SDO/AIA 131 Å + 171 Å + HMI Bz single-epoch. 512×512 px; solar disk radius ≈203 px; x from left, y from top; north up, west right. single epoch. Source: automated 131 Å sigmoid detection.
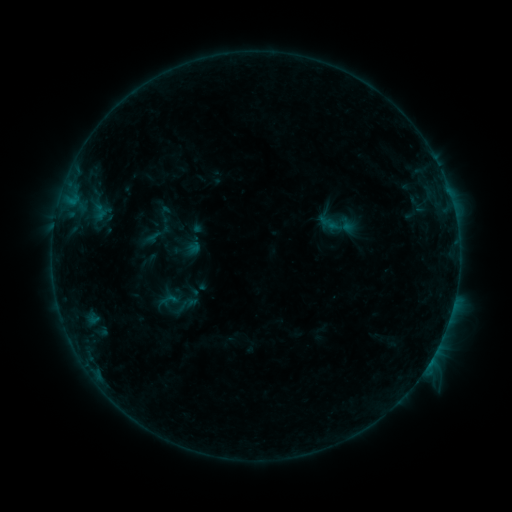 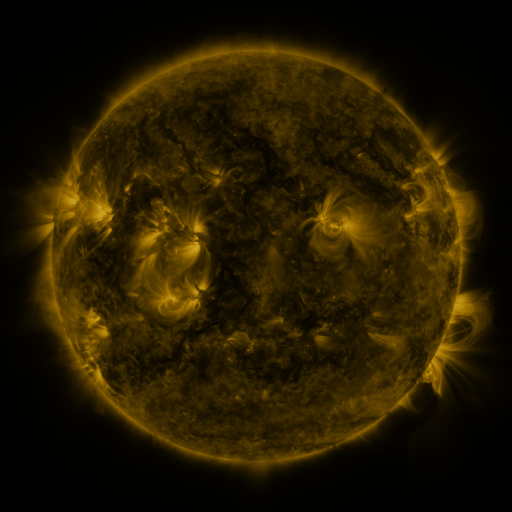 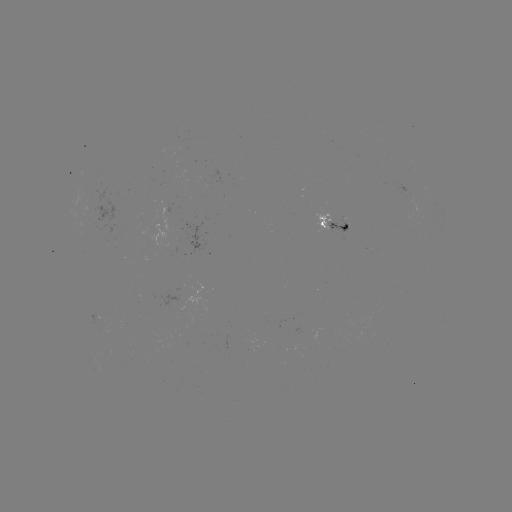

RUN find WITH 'sigmoid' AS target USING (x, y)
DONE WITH (337, 222) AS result